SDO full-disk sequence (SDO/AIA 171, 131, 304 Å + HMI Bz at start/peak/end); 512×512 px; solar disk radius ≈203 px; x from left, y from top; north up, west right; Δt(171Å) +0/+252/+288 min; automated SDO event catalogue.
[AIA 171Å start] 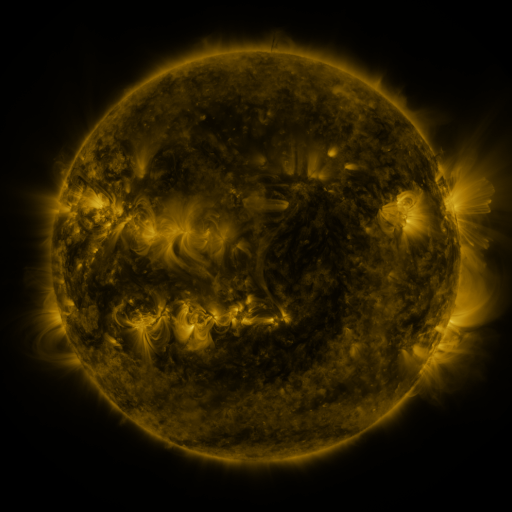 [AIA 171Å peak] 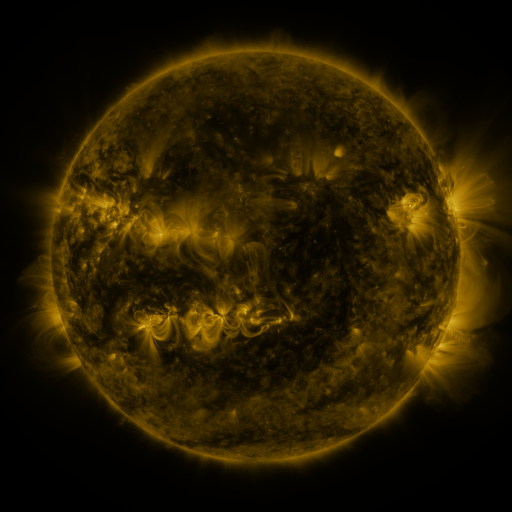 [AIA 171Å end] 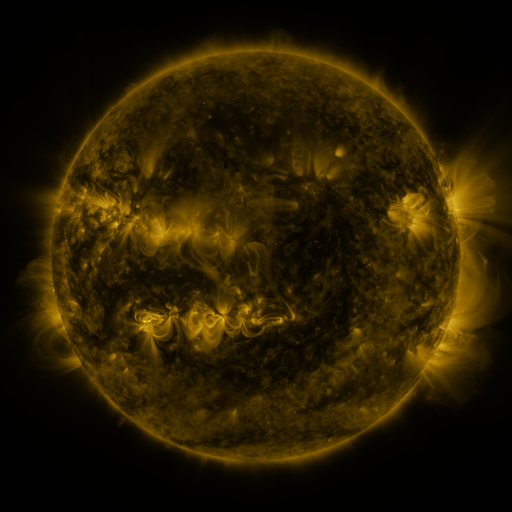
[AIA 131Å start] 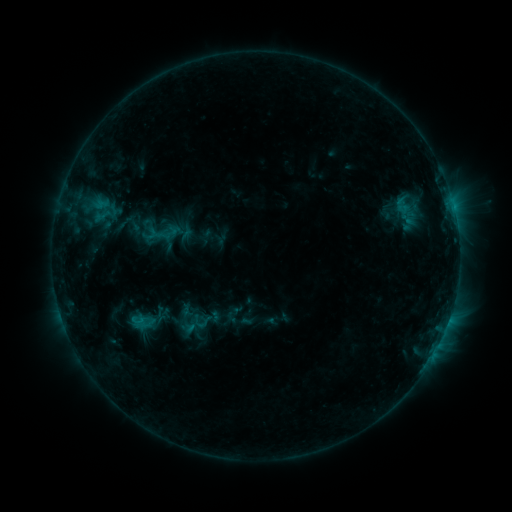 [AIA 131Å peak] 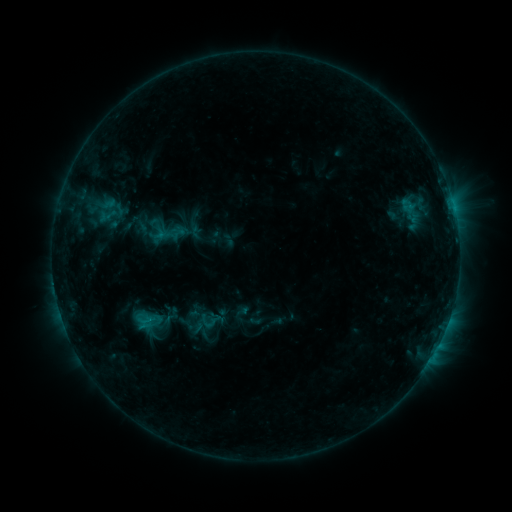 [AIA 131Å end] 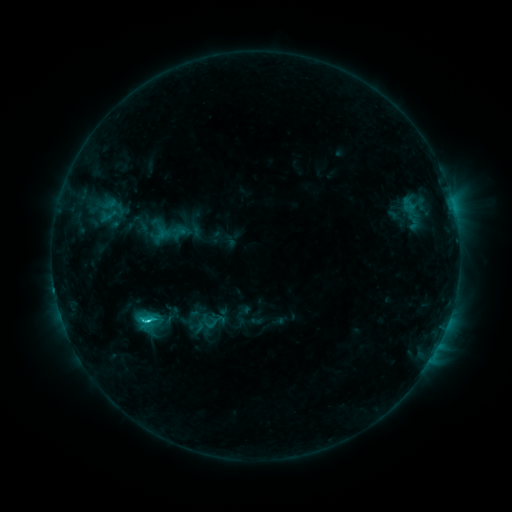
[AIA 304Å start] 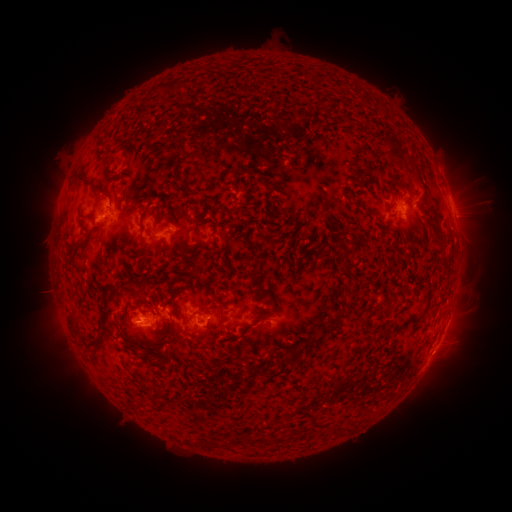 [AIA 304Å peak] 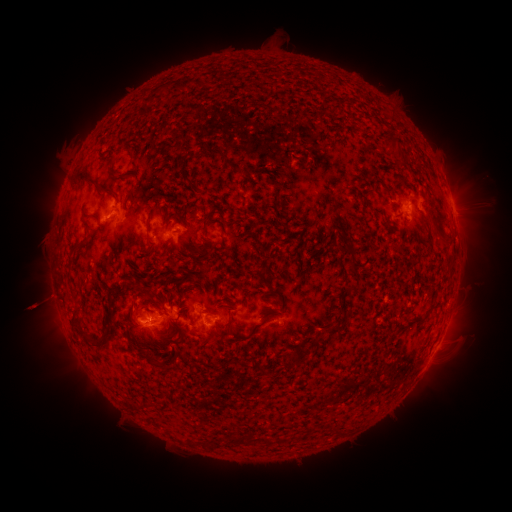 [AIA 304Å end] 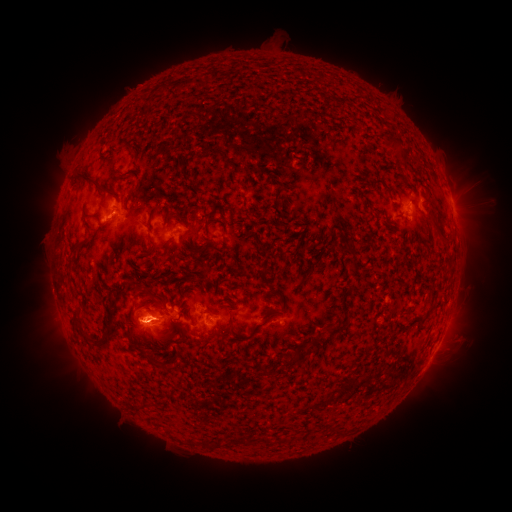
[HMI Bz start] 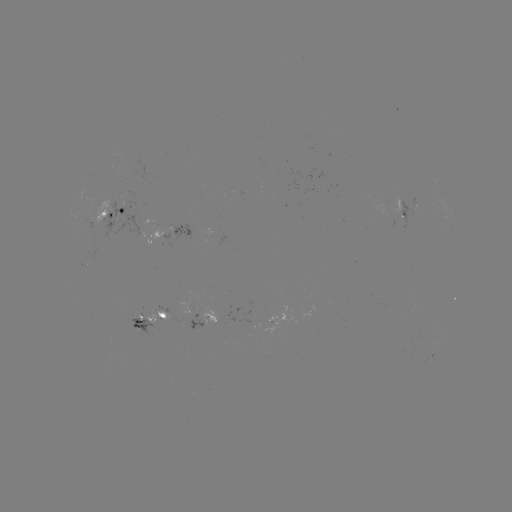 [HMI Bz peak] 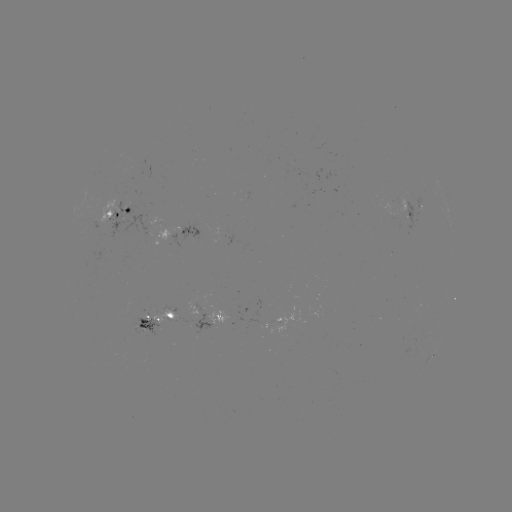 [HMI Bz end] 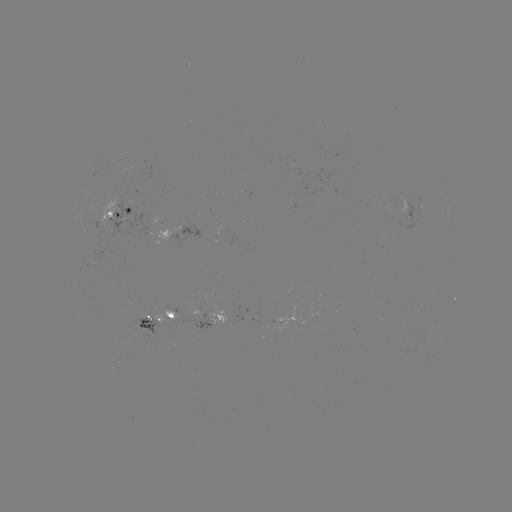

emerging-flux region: <bbox>151, 312, 177, 324</bbox>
